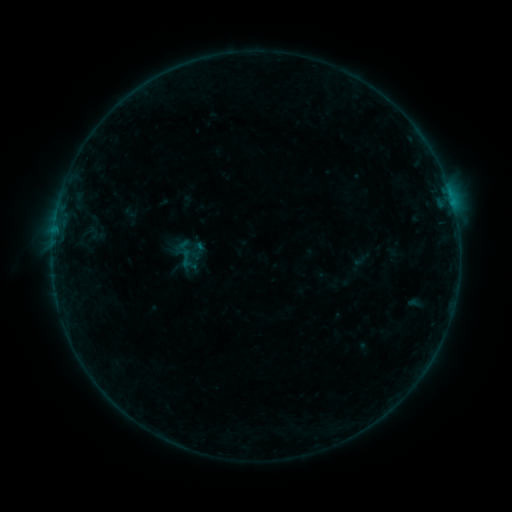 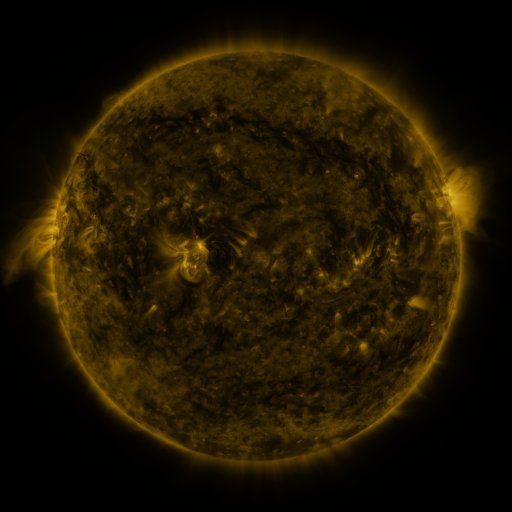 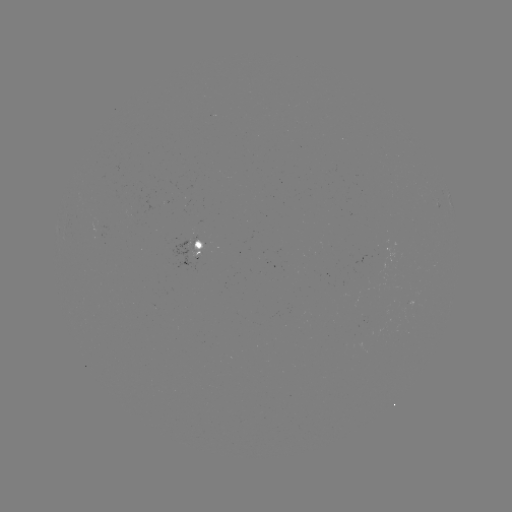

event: sigmoid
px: (186, 258)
